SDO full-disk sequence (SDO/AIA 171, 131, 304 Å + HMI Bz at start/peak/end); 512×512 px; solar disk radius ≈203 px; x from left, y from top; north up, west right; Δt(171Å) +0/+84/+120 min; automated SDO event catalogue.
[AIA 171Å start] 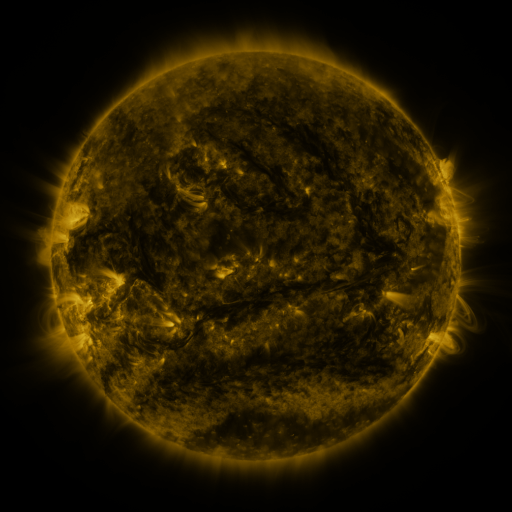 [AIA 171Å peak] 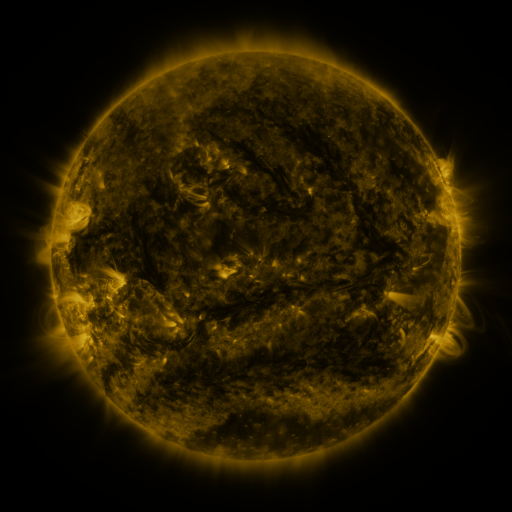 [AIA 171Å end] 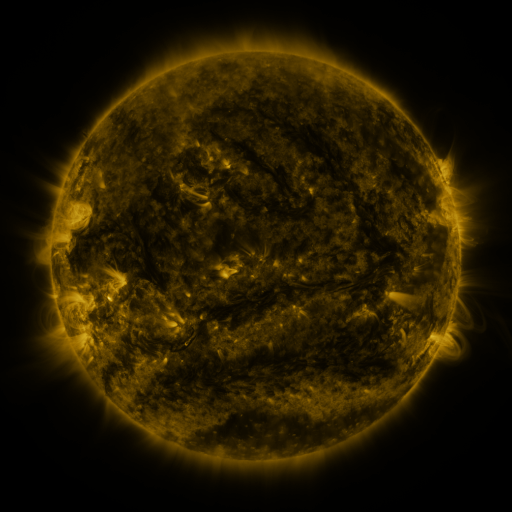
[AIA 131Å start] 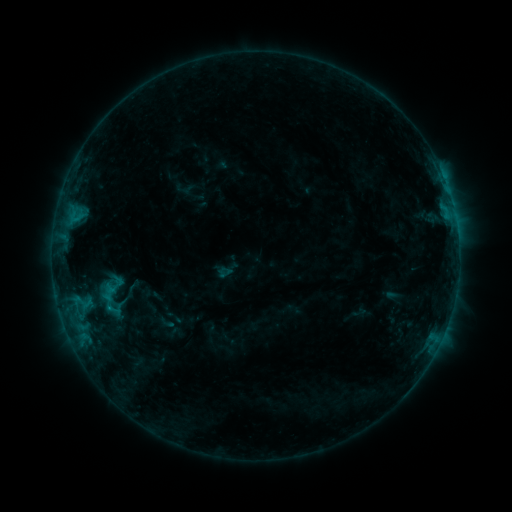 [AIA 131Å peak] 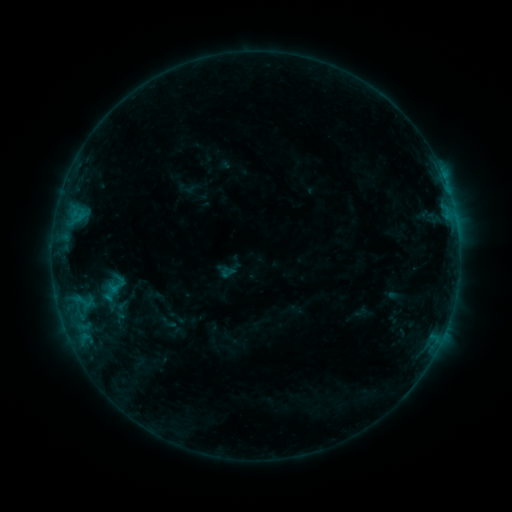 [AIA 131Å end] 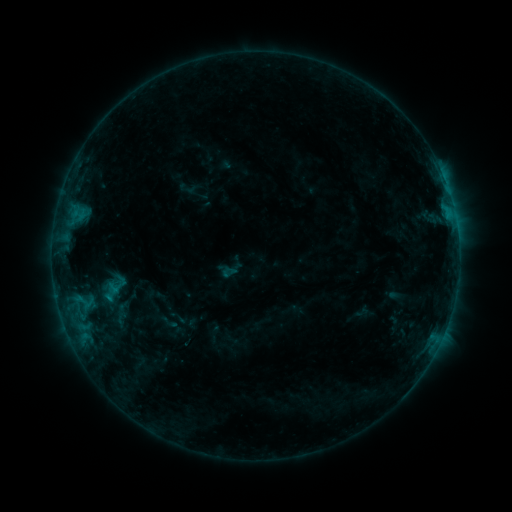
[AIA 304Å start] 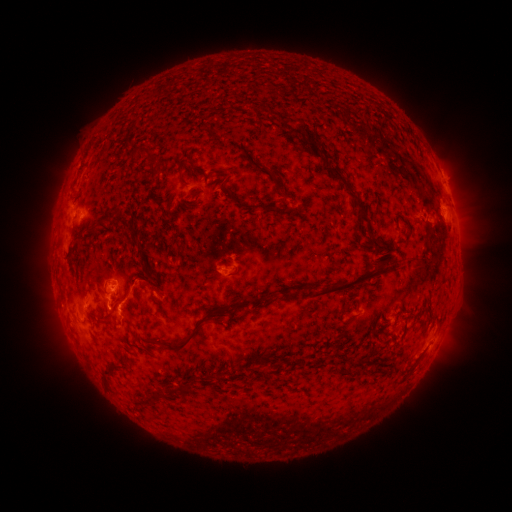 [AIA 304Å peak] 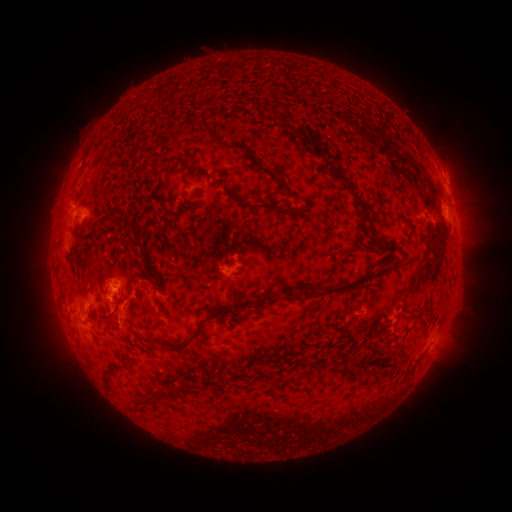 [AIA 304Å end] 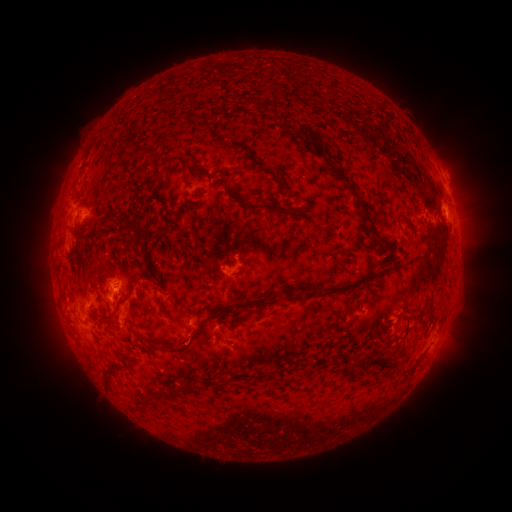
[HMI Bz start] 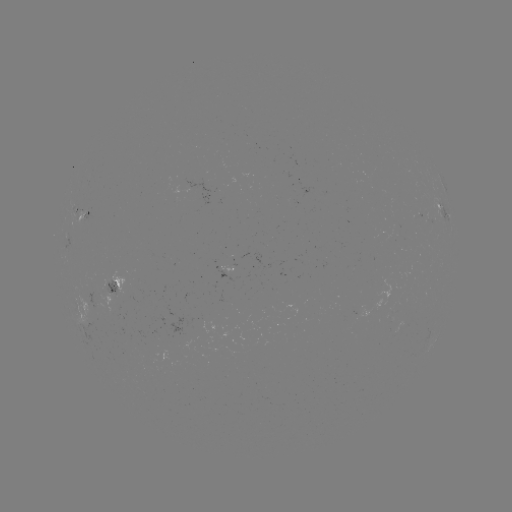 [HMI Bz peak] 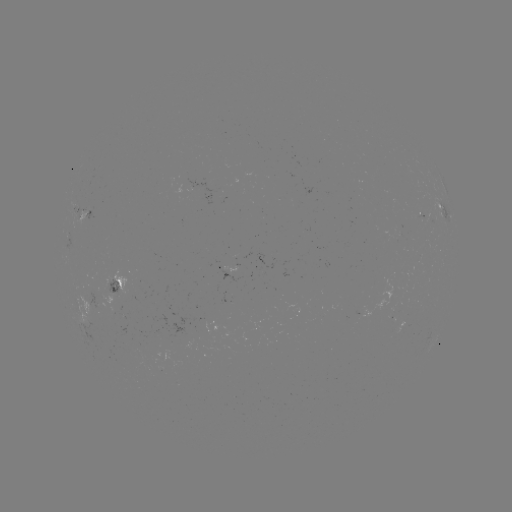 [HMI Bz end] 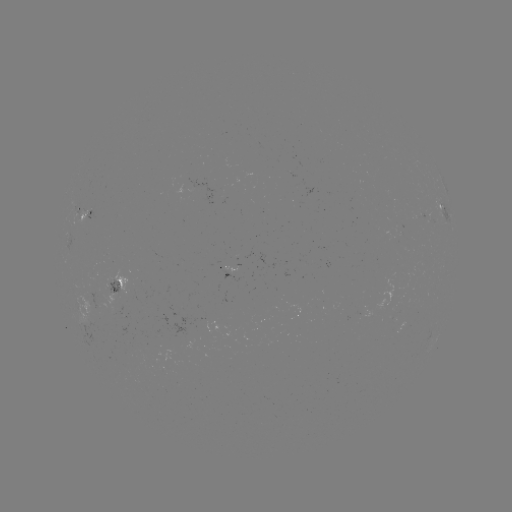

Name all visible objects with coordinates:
emerging-flux region: (109, 287)
